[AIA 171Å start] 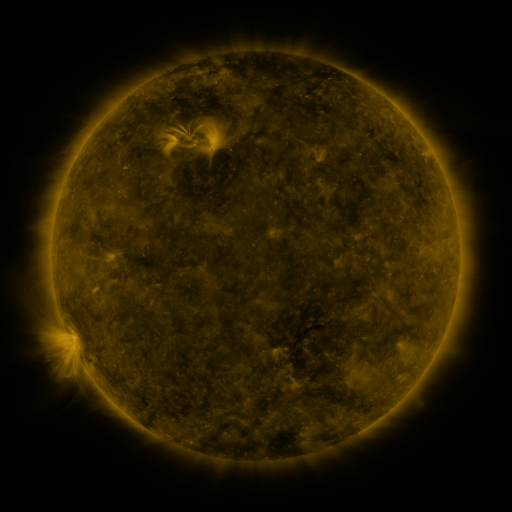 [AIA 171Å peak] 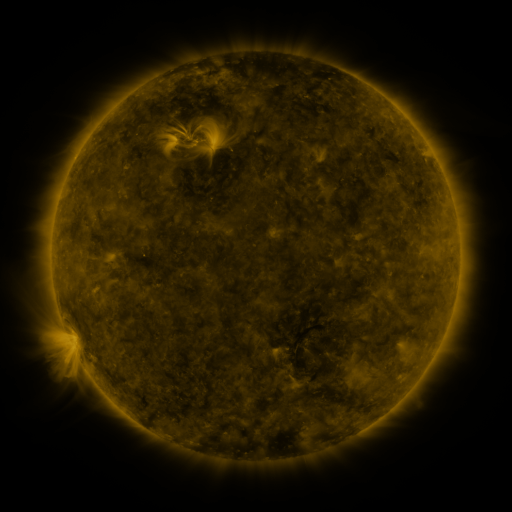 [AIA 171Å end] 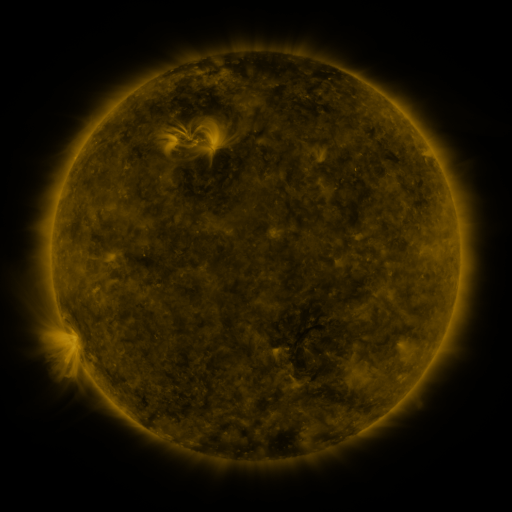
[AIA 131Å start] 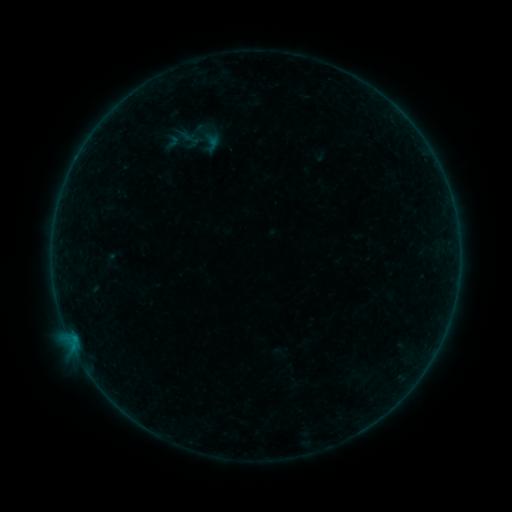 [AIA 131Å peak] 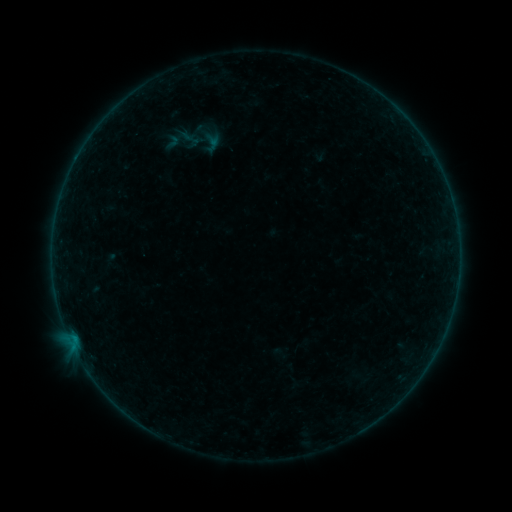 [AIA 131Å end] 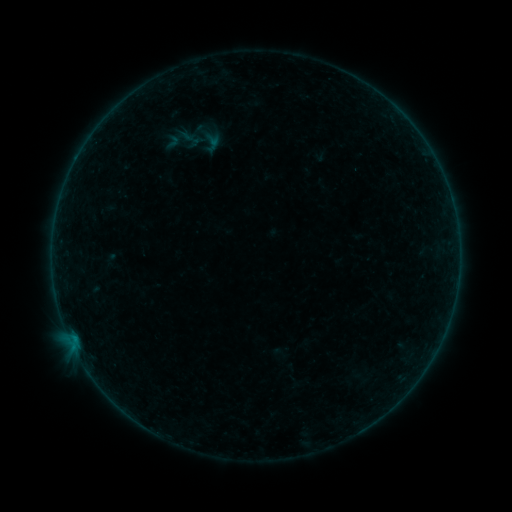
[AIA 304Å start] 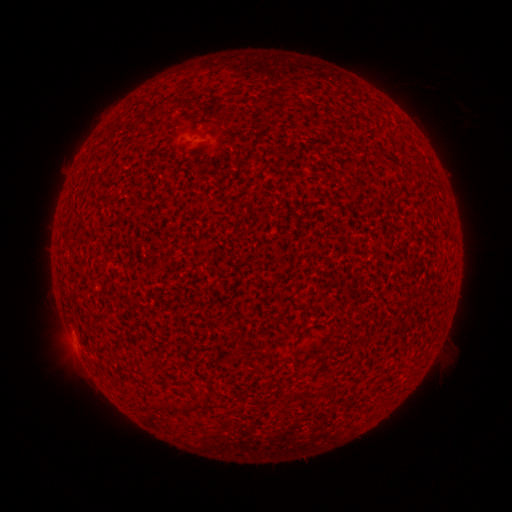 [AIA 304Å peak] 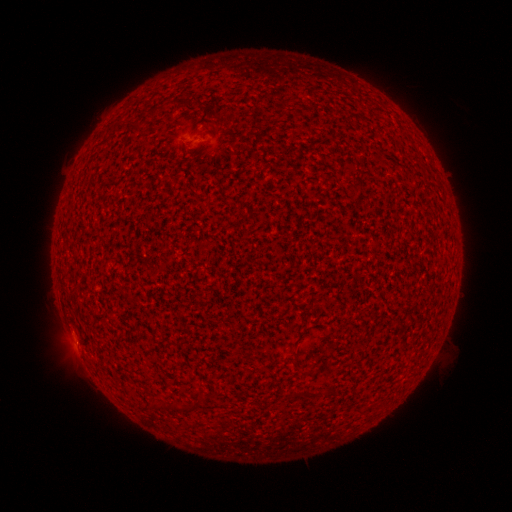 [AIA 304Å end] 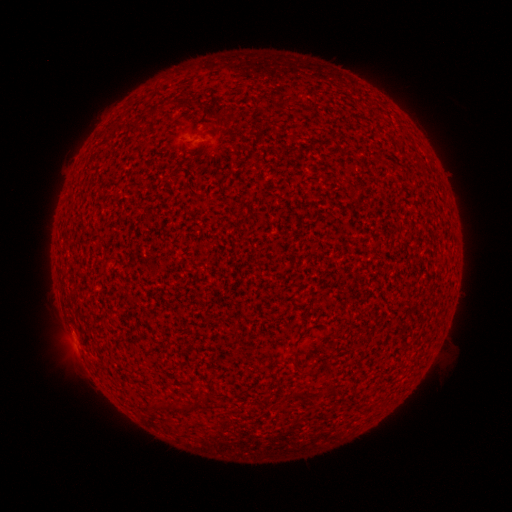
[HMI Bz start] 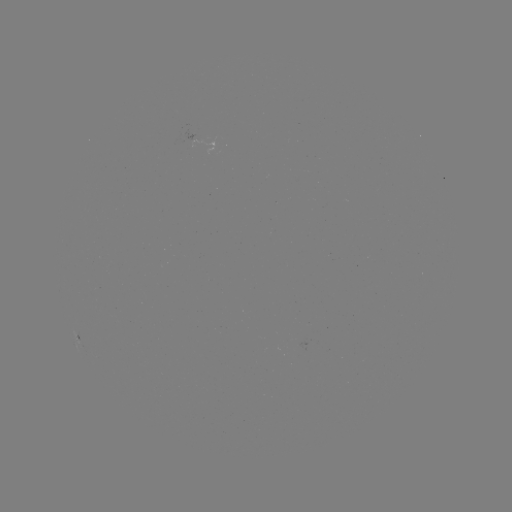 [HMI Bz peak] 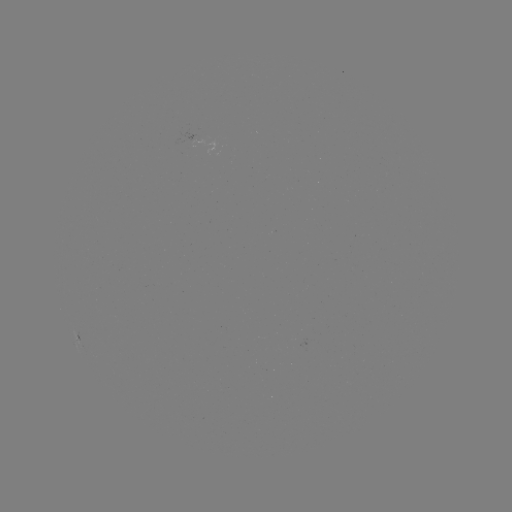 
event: flare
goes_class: A5.7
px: (76, 341)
